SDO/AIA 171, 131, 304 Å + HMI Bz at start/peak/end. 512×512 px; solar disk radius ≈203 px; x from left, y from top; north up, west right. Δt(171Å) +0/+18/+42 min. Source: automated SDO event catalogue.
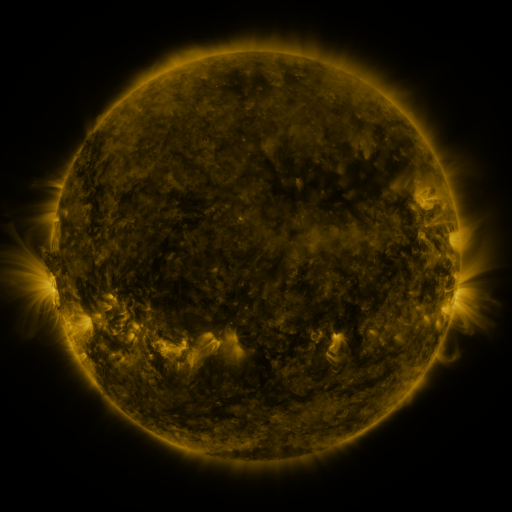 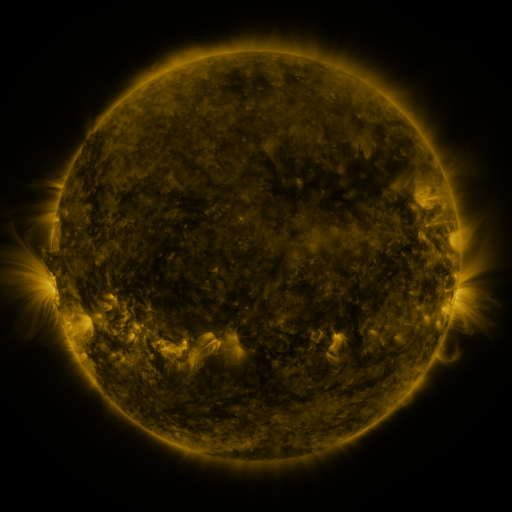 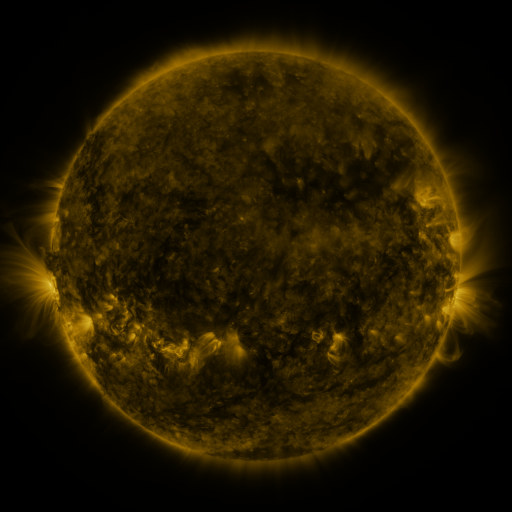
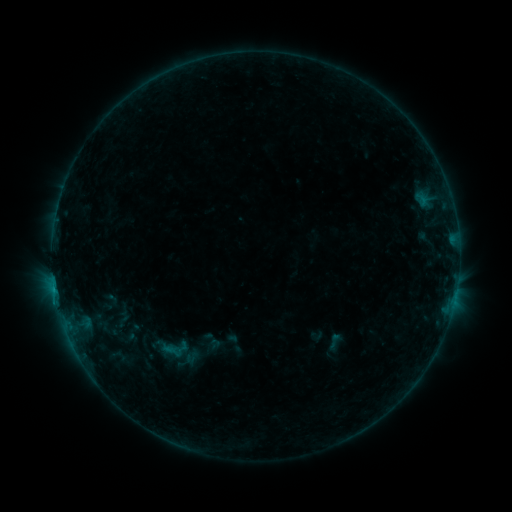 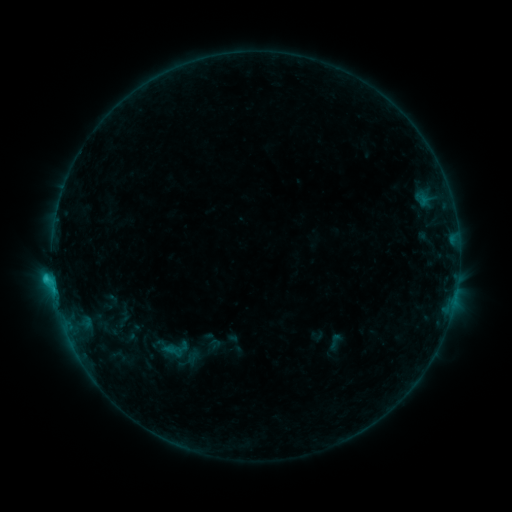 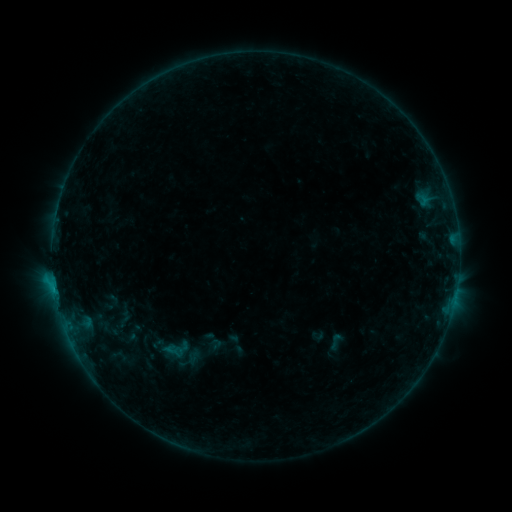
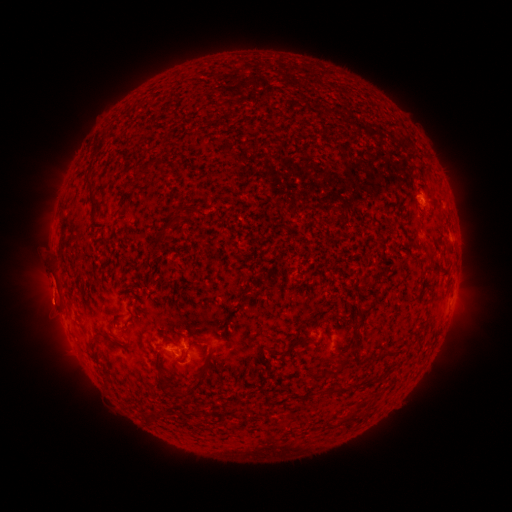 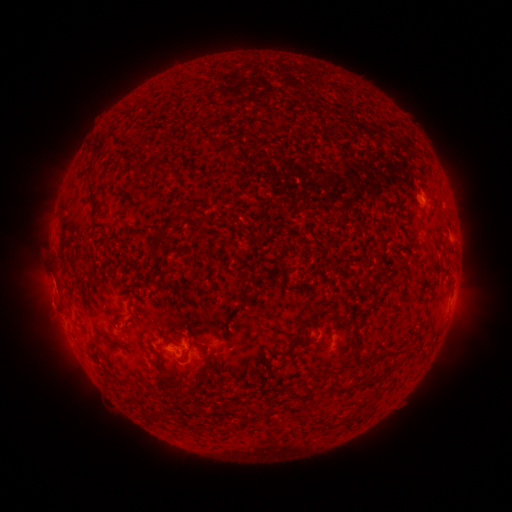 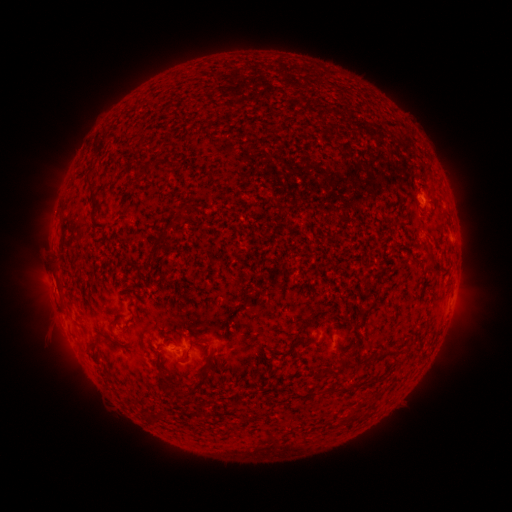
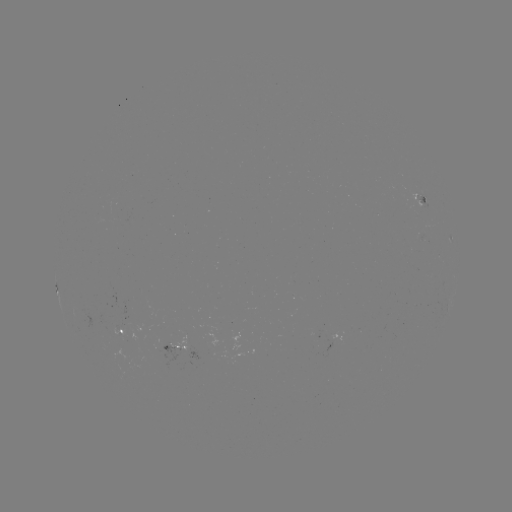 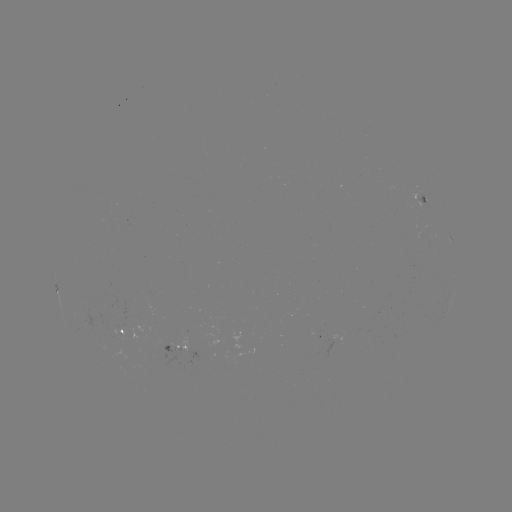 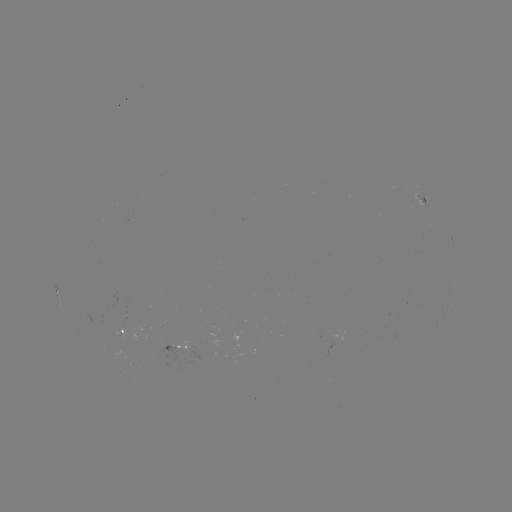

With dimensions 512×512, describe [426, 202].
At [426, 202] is C1.0 flare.